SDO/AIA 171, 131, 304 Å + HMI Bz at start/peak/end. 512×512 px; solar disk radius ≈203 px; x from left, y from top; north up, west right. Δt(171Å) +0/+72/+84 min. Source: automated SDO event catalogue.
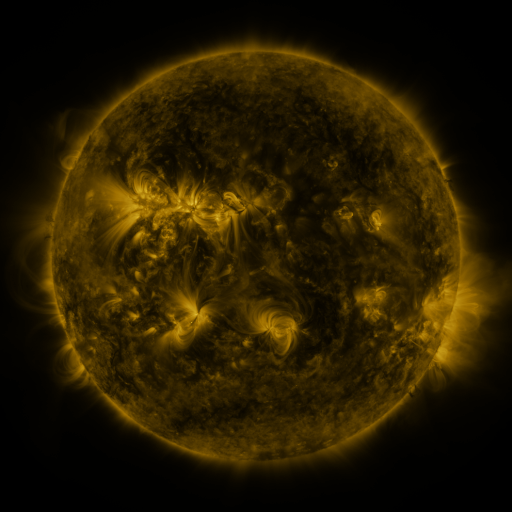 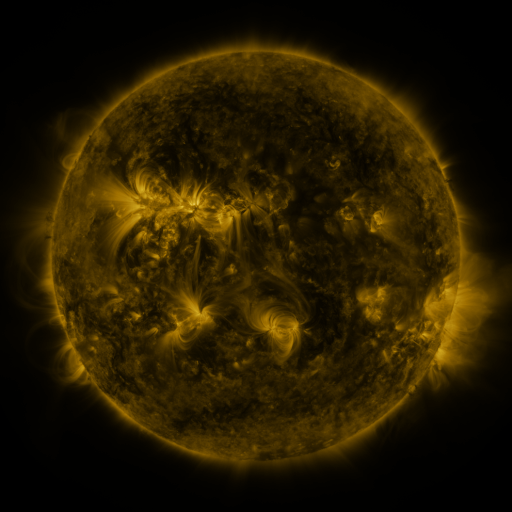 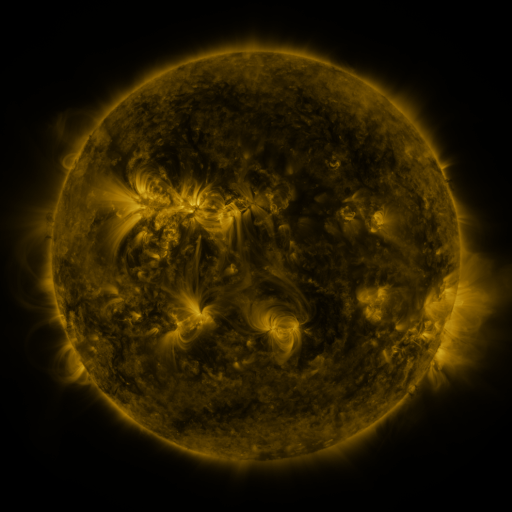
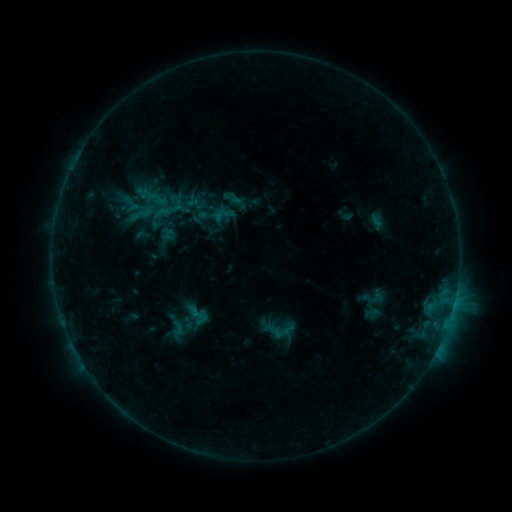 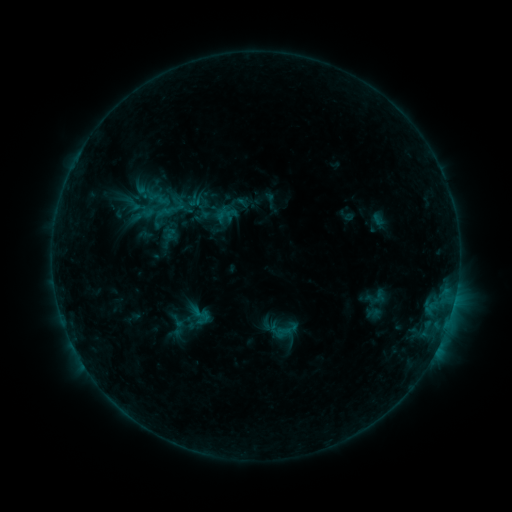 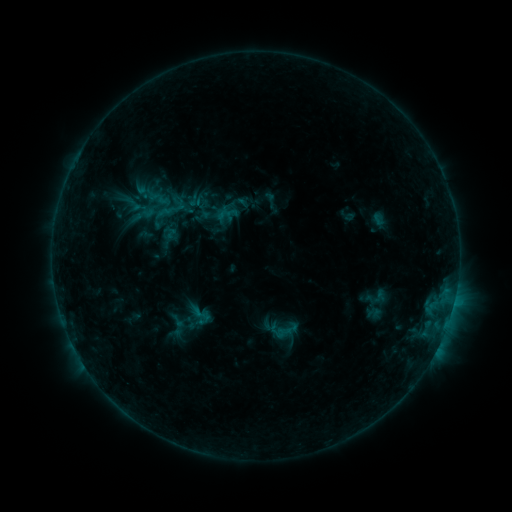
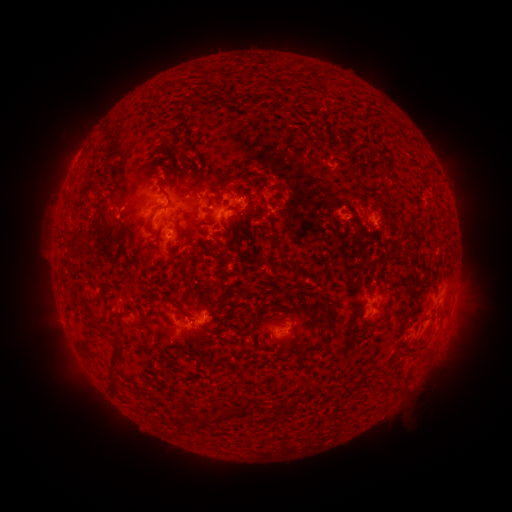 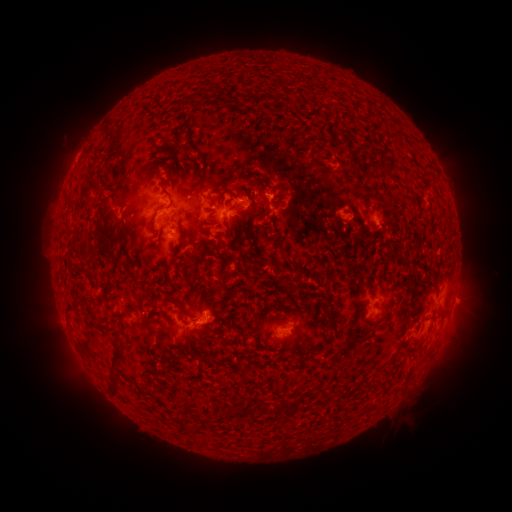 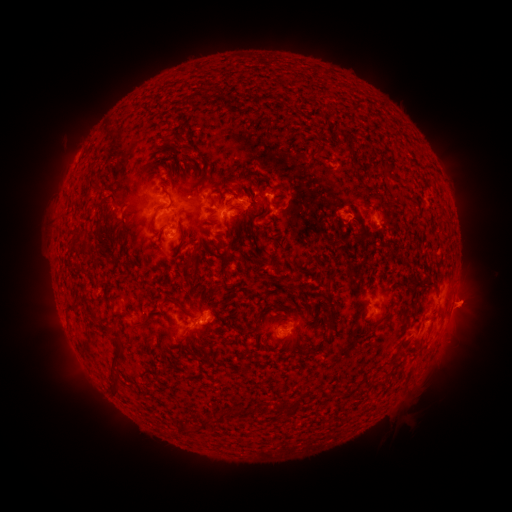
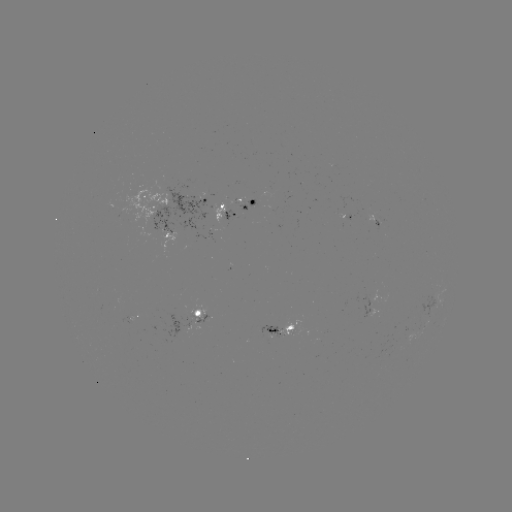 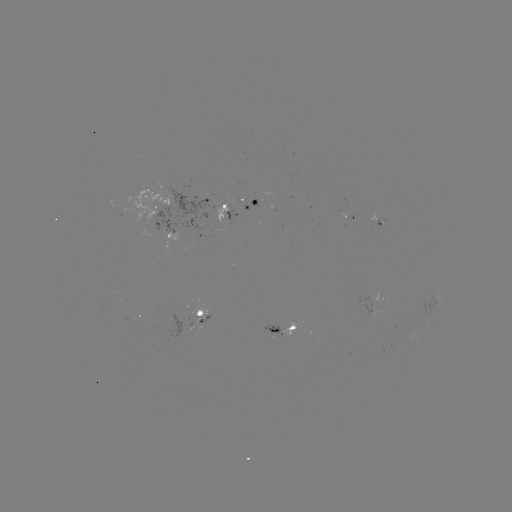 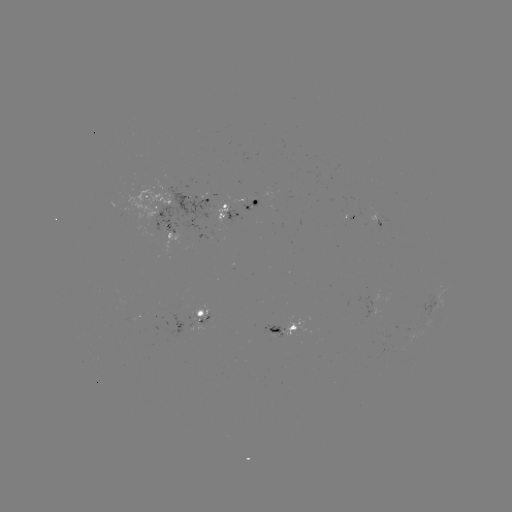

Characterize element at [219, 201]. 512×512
emerging-flux region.